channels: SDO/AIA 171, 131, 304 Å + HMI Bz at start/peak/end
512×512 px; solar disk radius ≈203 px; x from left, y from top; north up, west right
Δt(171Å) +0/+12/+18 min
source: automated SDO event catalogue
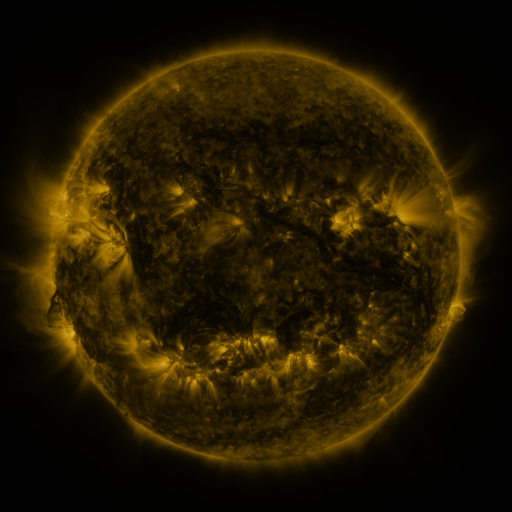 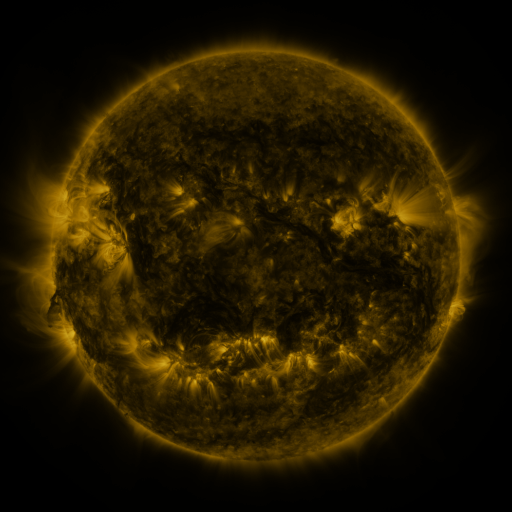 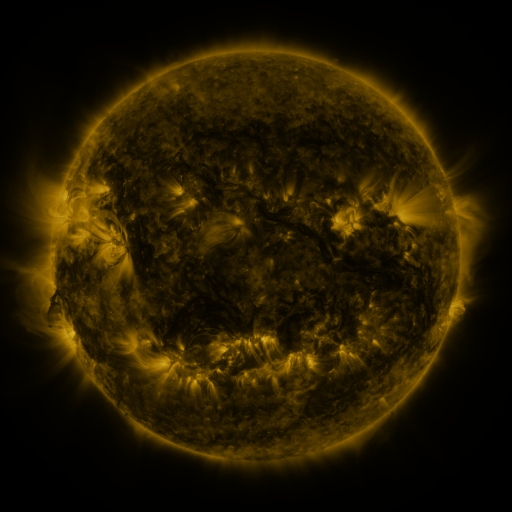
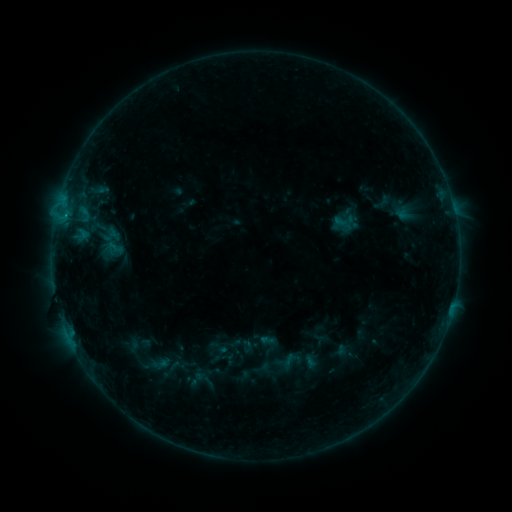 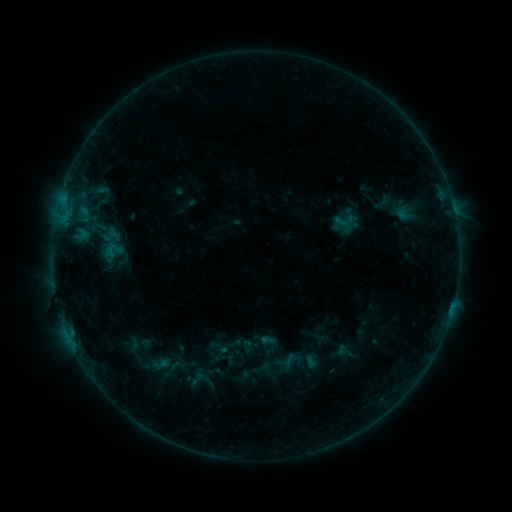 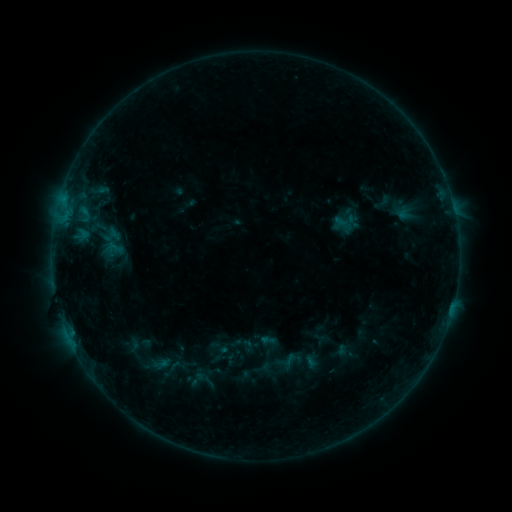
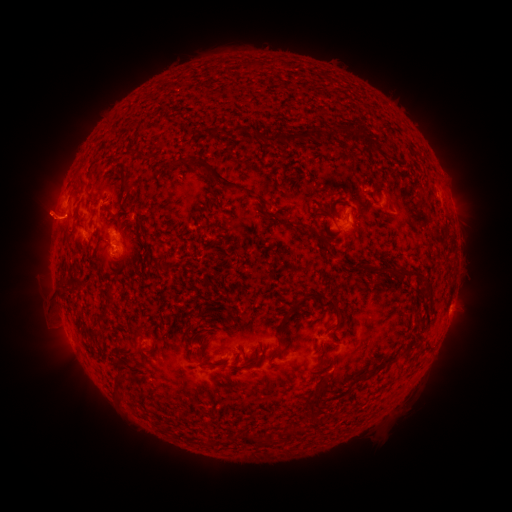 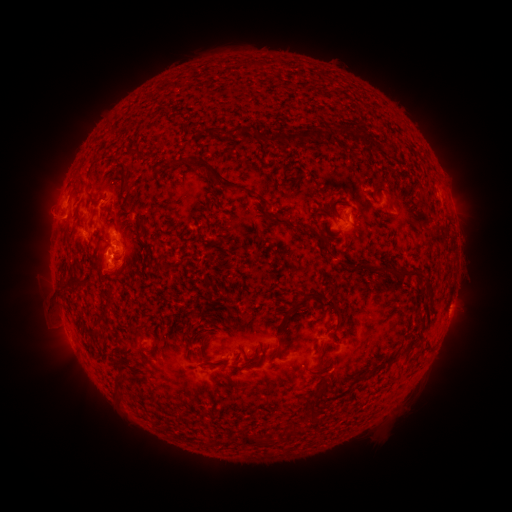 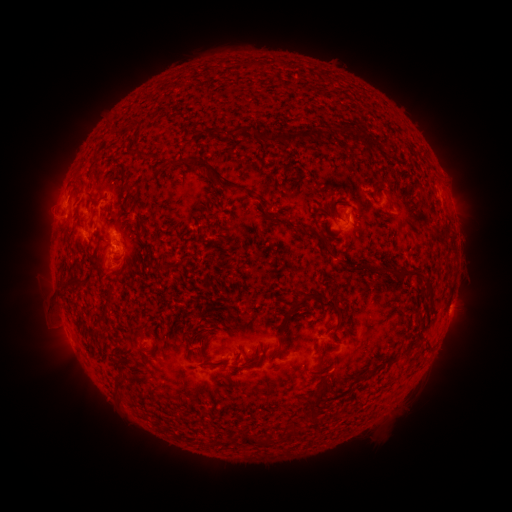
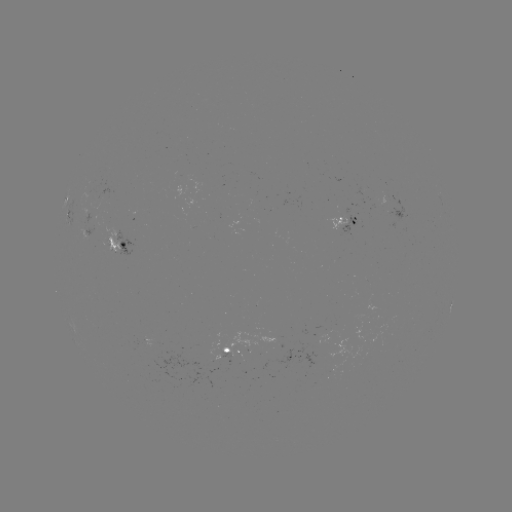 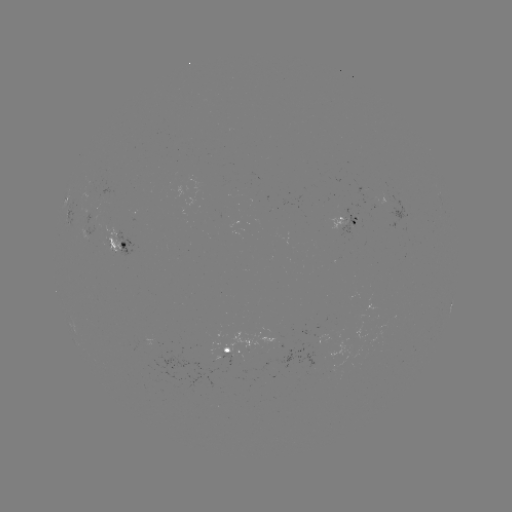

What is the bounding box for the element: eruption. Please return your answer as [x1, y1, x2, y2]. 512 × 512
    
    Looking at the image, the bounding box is [78, 247, 143, 299].